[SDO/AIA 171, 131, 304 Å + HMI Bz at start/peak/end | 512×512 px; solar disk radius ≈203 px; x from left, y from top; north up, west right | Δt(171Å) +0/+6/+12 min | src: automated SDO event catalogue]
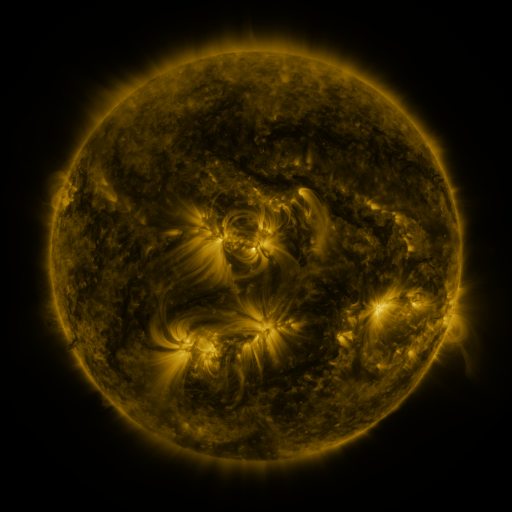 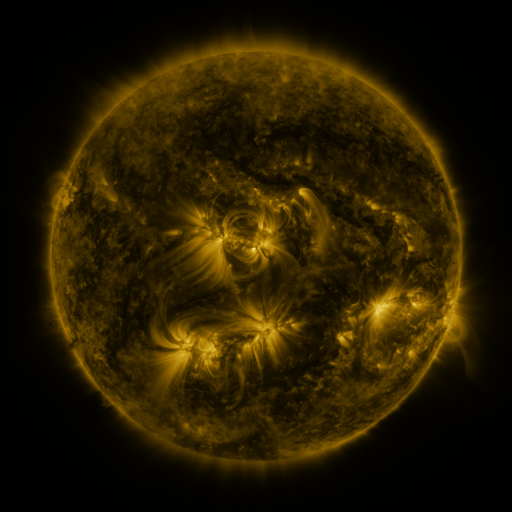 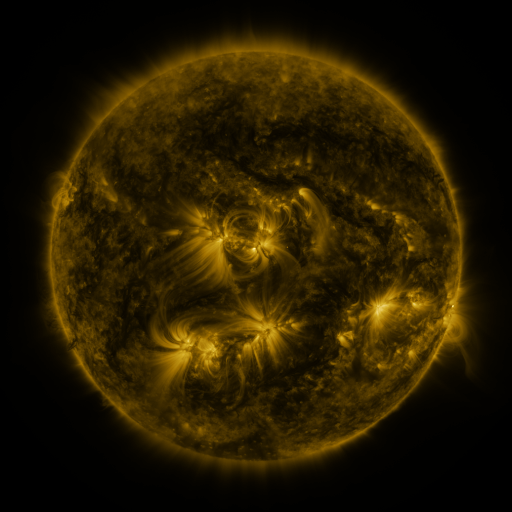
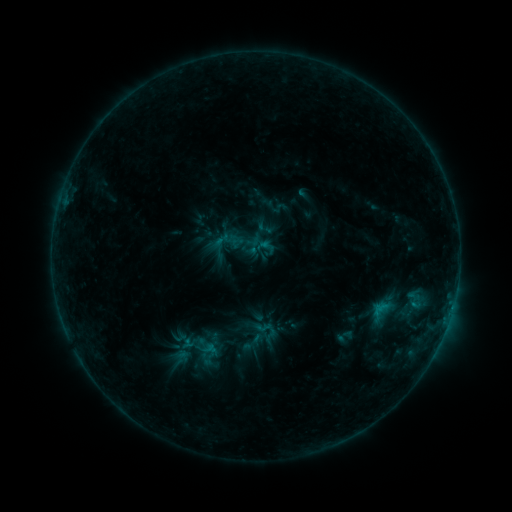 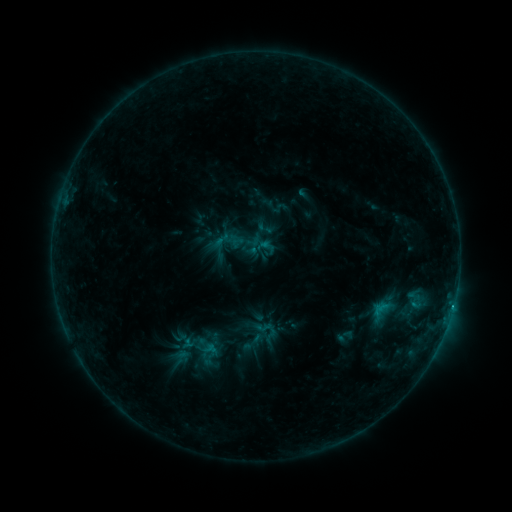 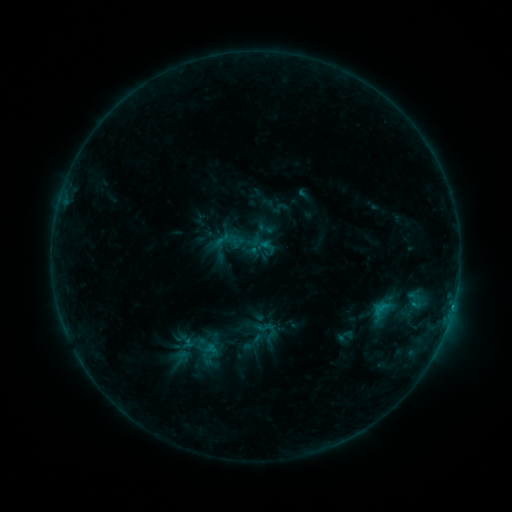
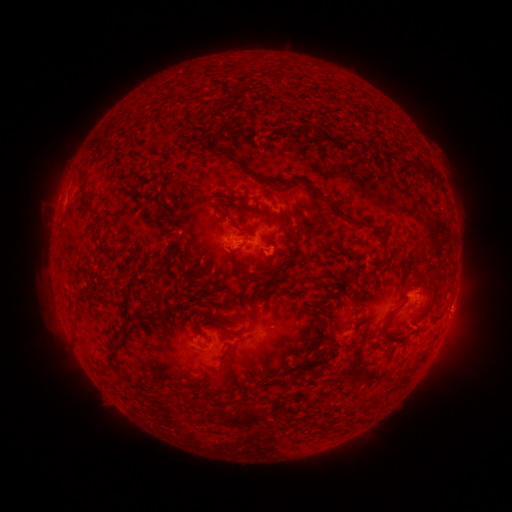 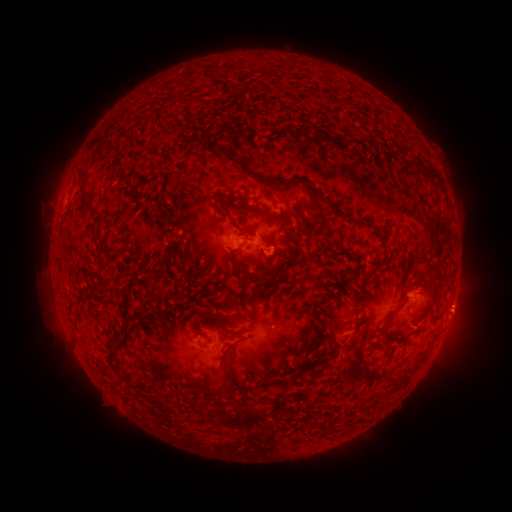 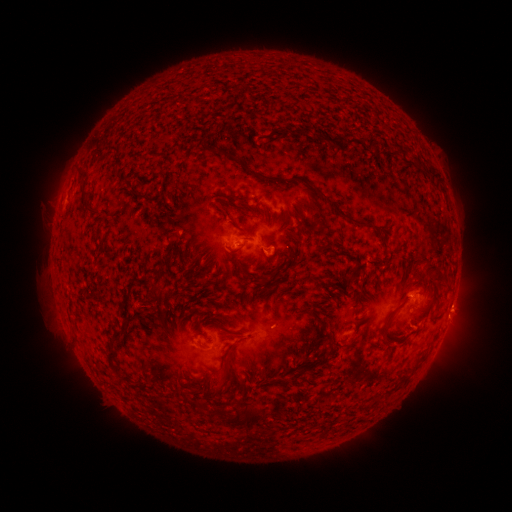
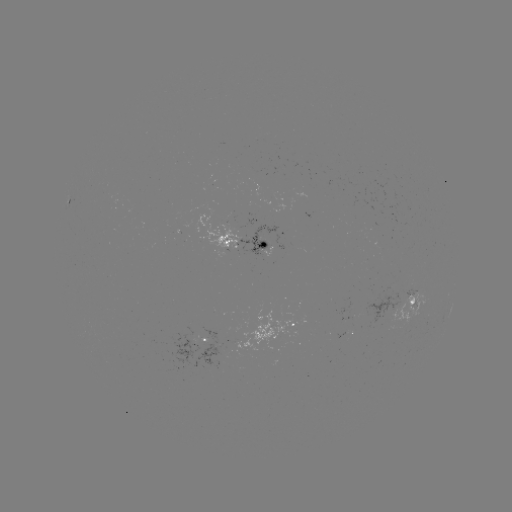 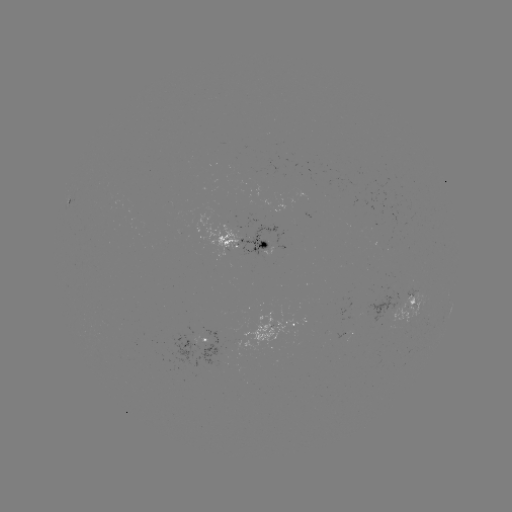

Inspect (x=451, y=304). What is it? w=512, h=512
B5.9 flare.